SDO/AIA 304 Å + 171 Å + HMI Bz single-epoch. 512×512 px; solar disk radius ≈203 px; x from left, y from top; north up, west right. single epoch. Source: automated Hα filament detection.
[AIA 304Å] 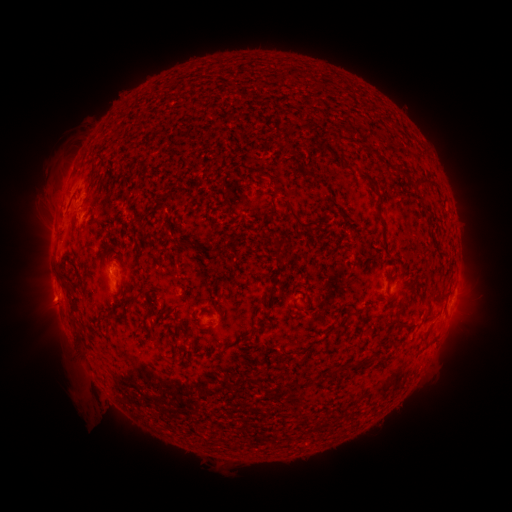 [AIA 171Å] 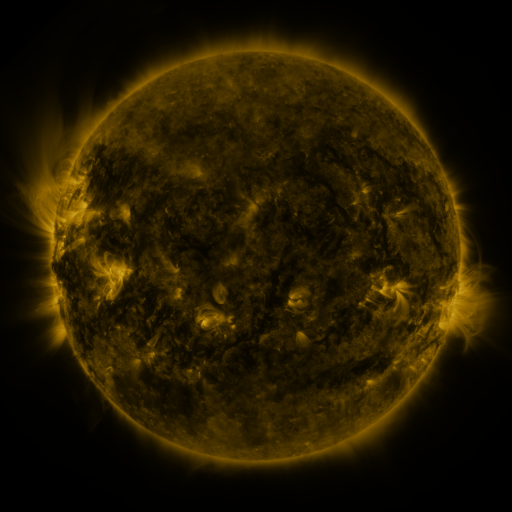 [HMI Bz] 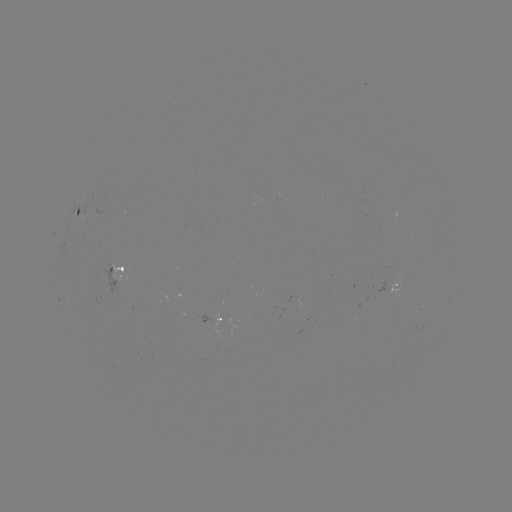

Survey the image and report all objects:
filament: (352, 142)
filament: (94, 166)
filament: (370, 179)
filament: (421, 183)
filament: (379, 215)
filament: (271, 219)
filament: (298, 219)
filament: (189, 242)
filament: (144, 289)
filament: (72, 306)
filament: (403, 325)
filament: (349, 365)
filament: (334, 371)
